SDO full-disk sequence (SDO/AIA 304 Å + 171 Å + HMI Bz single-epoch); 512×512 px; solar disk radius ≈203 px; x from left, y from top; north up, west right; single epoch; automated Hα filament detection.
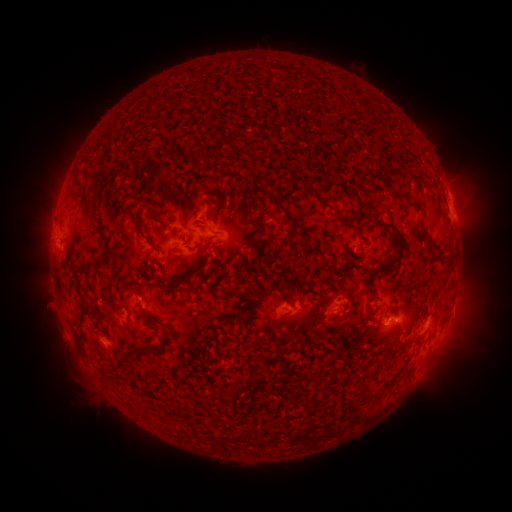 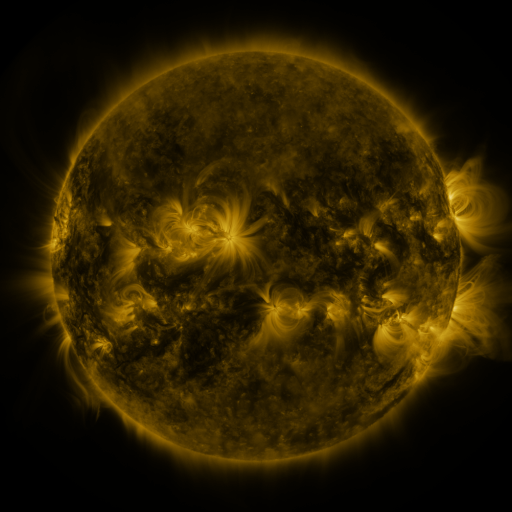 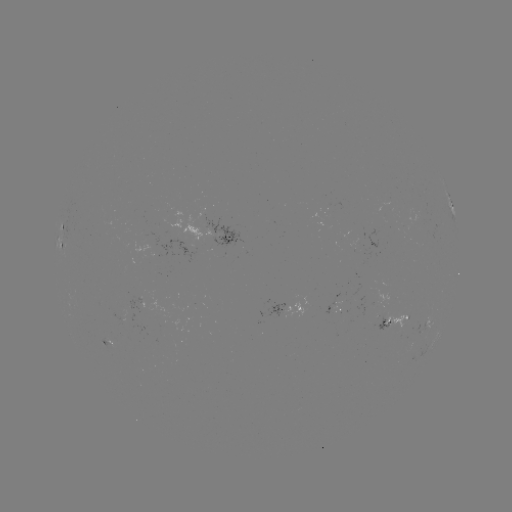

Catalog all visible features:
filament: [161, 148, 181, 158]
filament: [374, 148, 385, 168]
filament: [81, 166, 92, 213]
filament: [303, 185, 321, 200]
filament: [392, 189, 401, 200]
filament: [149, 206, 160, 220]
filament: [129, 211, 161, 254]
filament: [369, 221, 405, 278]
filament: [198, 225, 222, 235]
filament: [188, 240, 204, 251]
filament: [320, 255, 327, 265]
filament: [180, 272, 191, 280]
filament: [152, 275, 167, 283]
filament: [74, 302, 92, 342]
filament: [287, 311, 316, 335]
filament: [140, 312, 159, 328]
filament: [112, 344, 159, 370]
